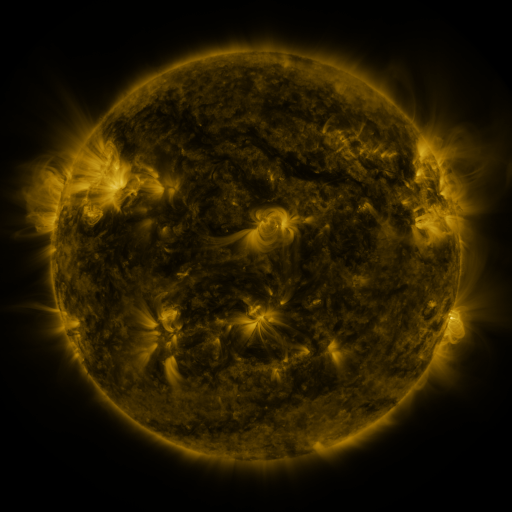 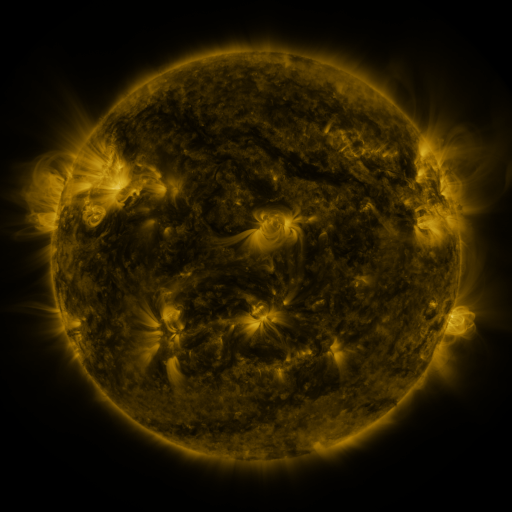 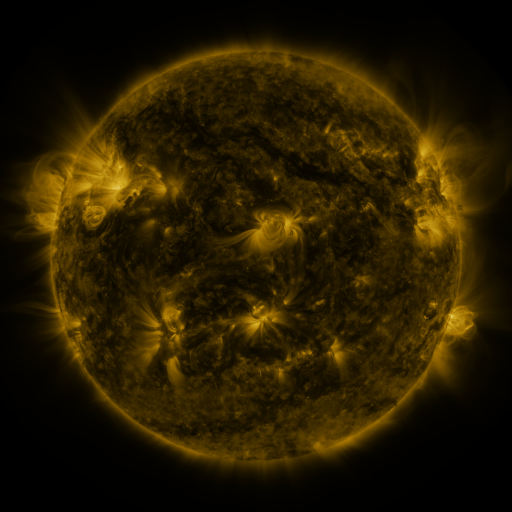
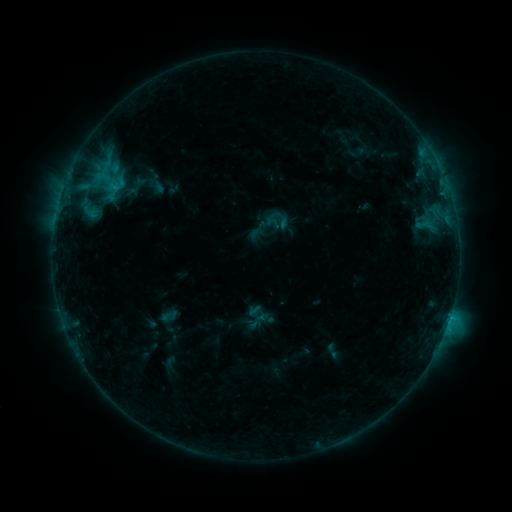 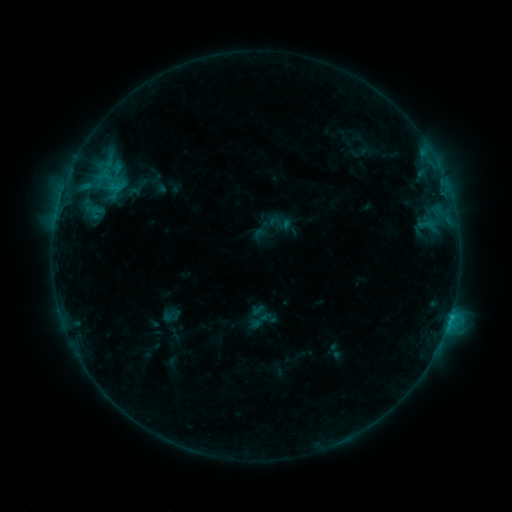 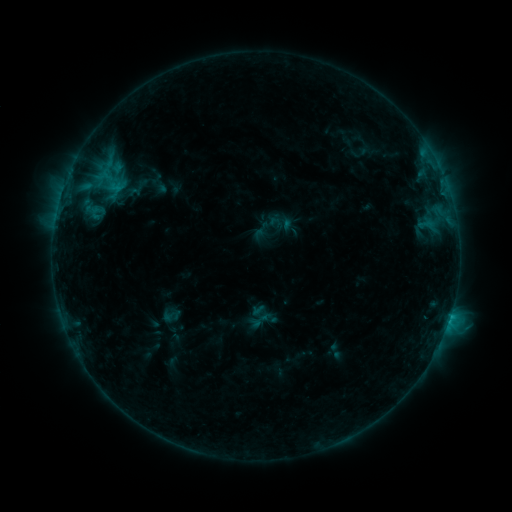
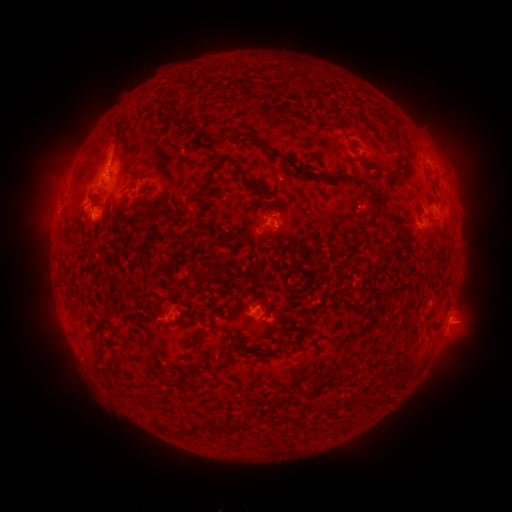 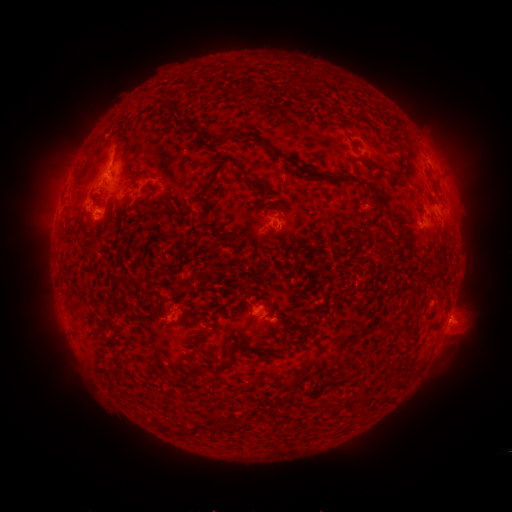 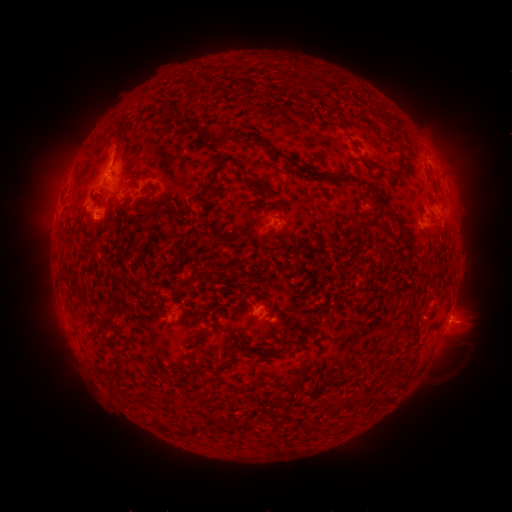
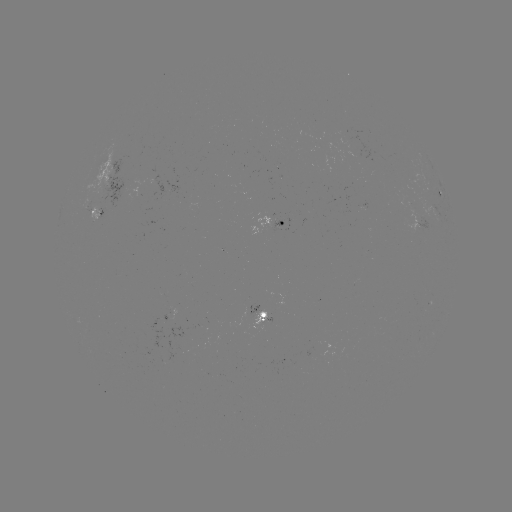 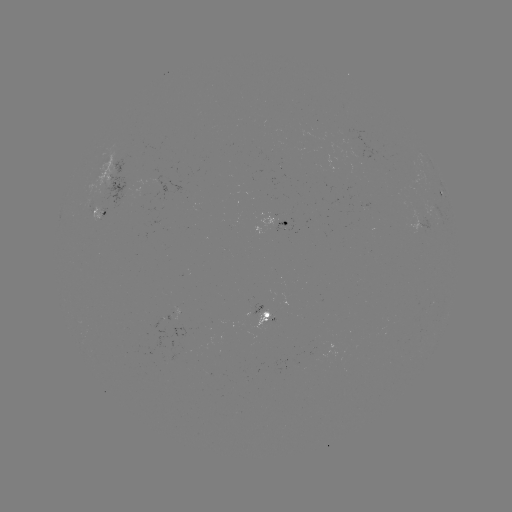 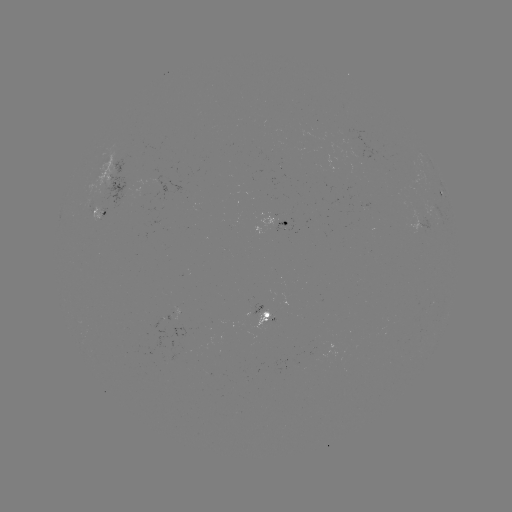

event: emerging-flux region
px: (98, 188)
